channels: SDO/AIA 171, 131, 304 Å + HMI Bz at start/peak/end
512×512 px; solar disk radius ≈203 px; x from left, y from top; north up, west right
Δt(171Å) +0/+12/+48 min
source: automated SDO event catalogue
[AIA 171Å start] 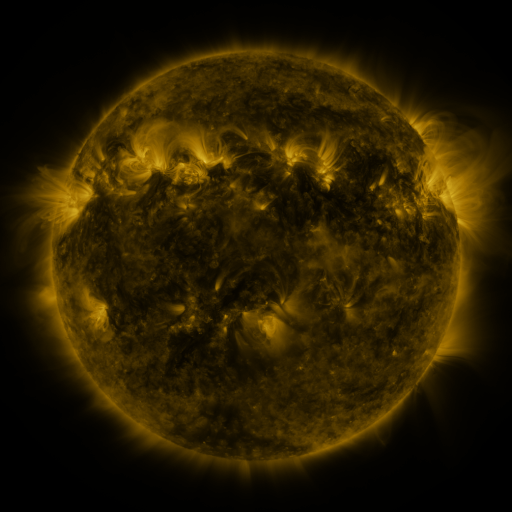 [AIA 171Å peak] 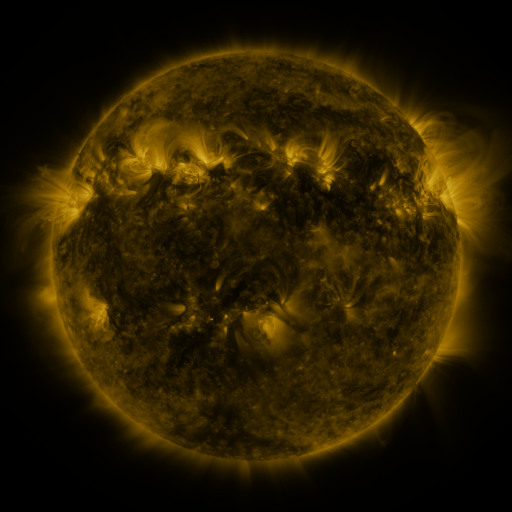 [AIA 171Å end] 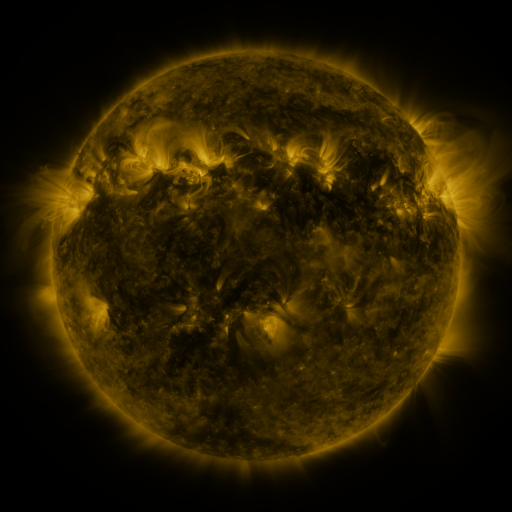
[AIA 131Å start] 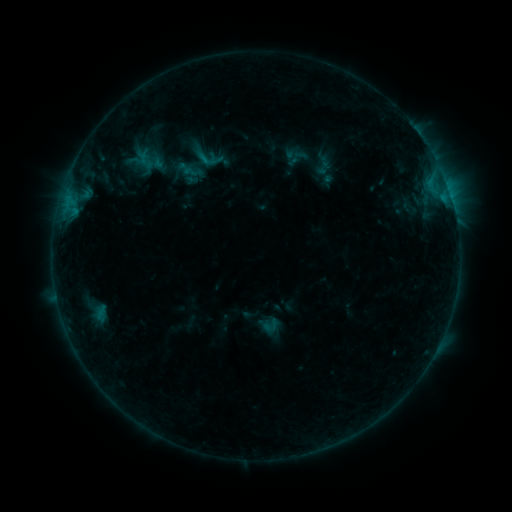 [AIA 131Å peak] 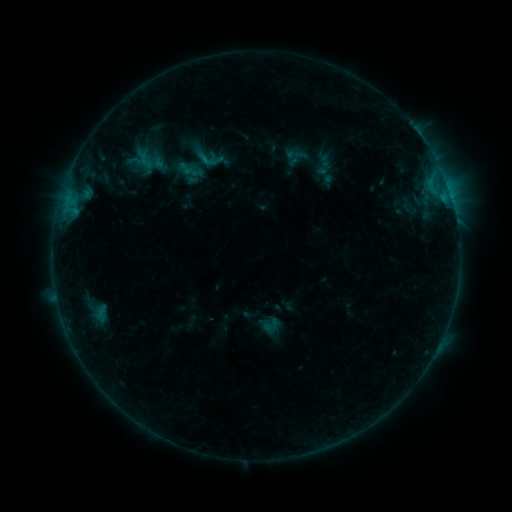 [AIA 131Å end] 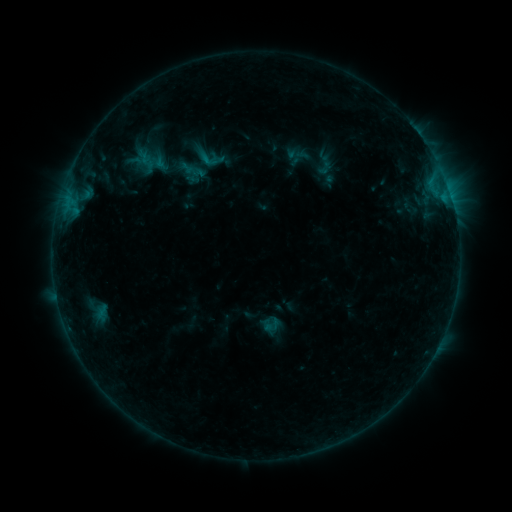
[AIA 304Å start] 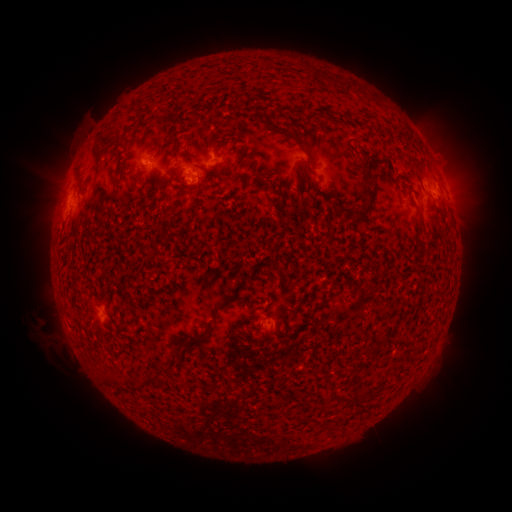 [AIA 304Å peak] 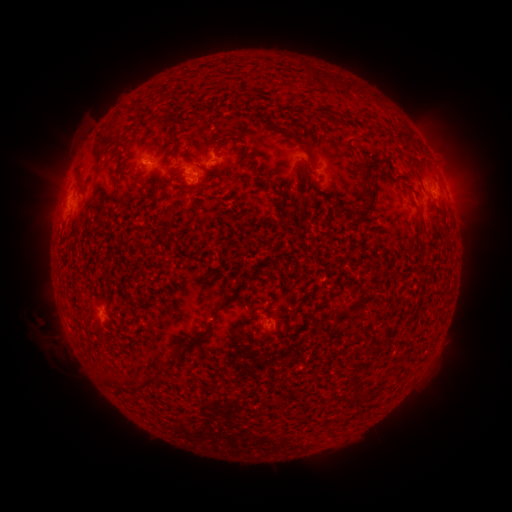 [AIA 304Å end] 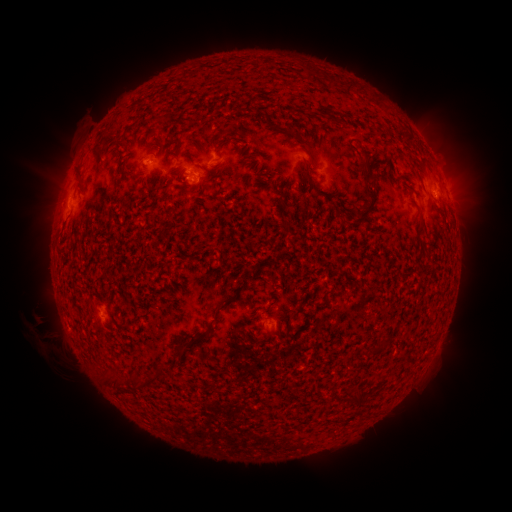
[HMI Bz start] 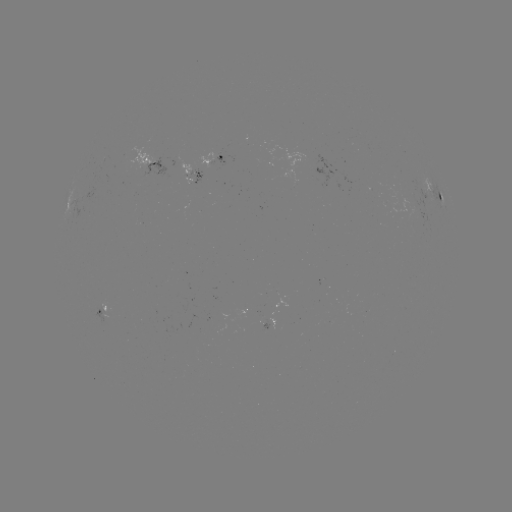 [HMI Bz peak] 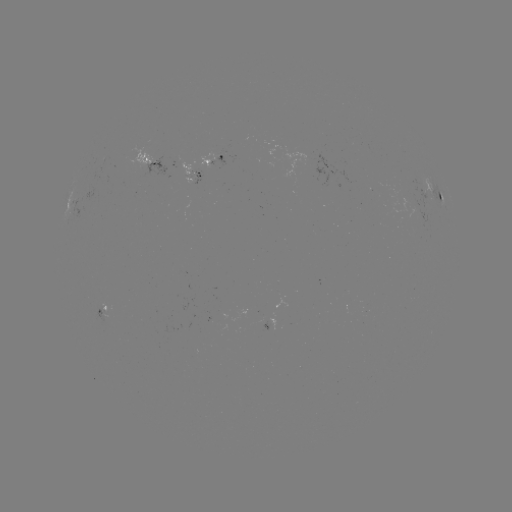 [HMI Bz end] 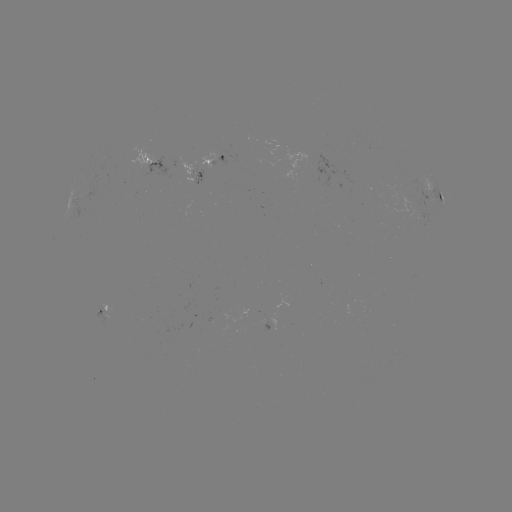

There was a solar emerging-flux region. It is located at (415, 207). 